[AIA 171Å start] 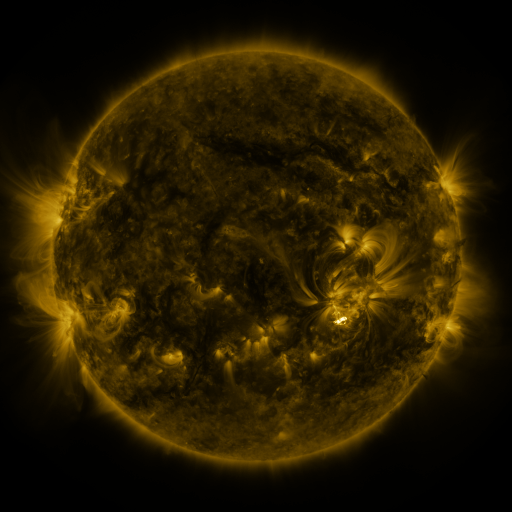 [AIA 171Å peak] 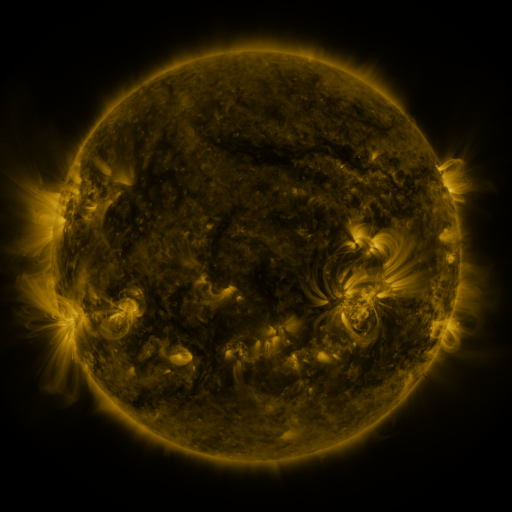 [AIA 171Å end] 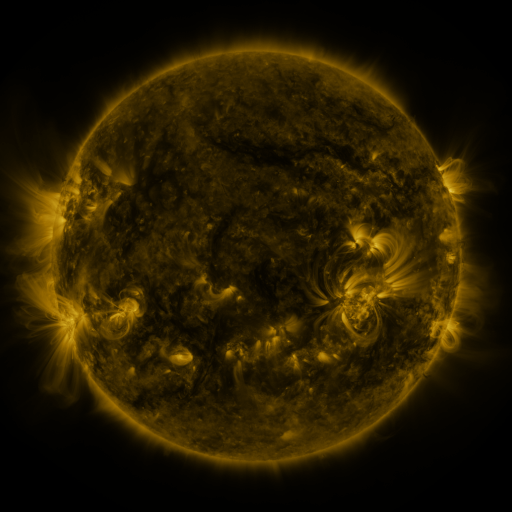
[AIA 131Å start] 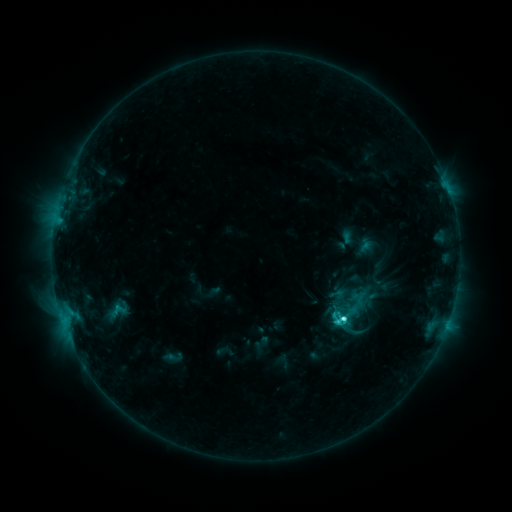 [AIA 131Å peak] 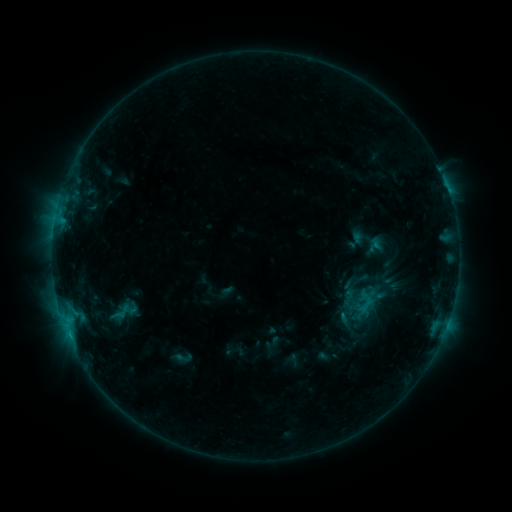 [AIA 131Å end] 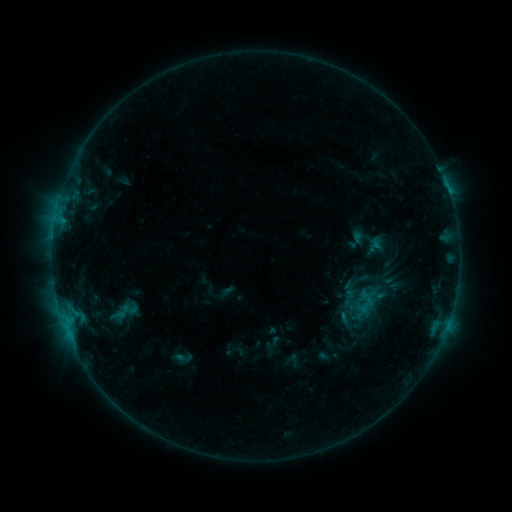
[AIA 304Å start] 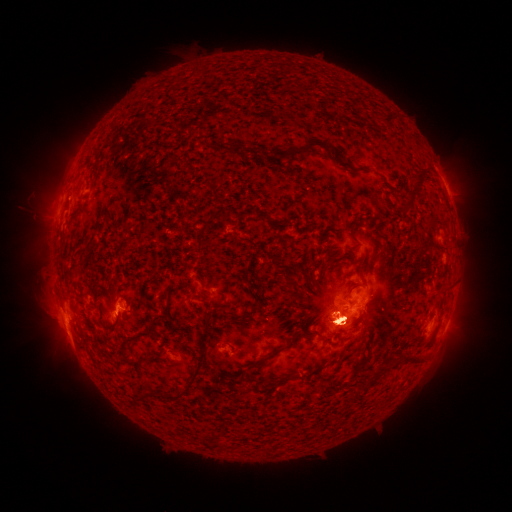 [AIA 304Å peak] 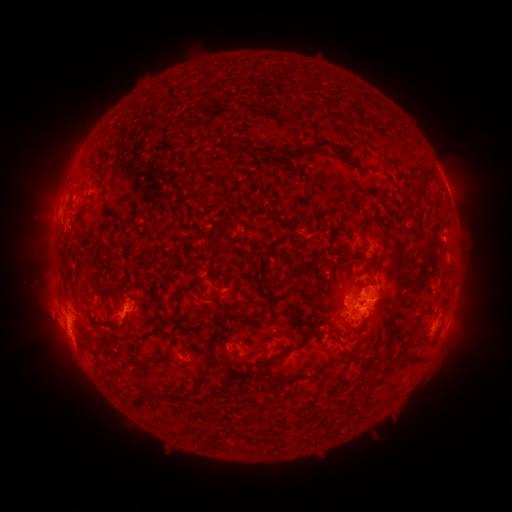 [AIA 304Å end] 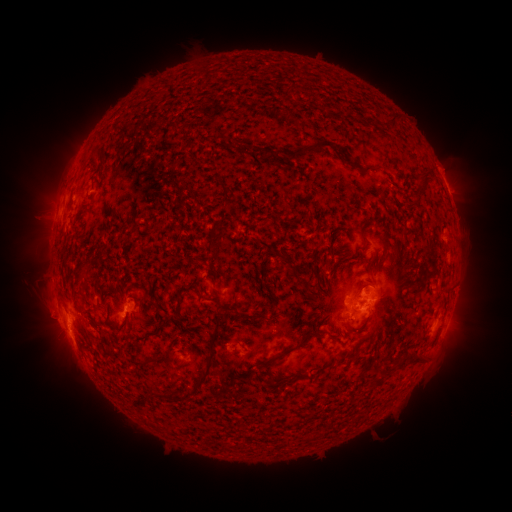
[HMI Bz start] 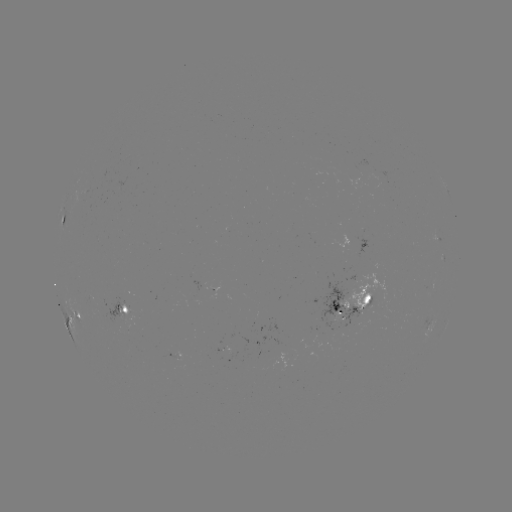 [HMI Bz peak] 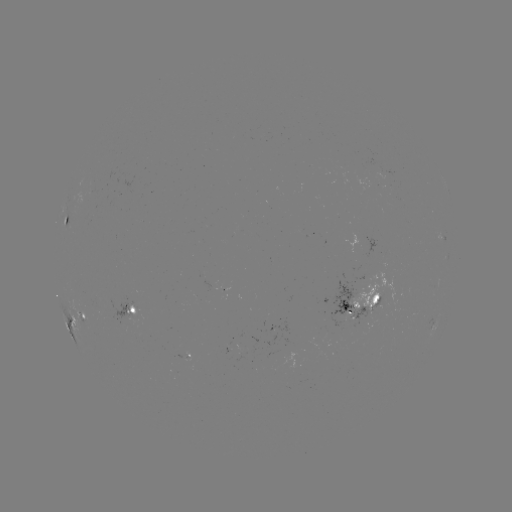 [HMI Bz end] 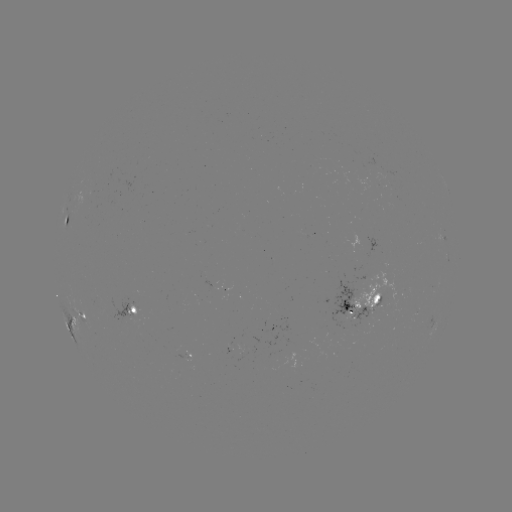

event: emerging-flux region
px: (364, 294)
